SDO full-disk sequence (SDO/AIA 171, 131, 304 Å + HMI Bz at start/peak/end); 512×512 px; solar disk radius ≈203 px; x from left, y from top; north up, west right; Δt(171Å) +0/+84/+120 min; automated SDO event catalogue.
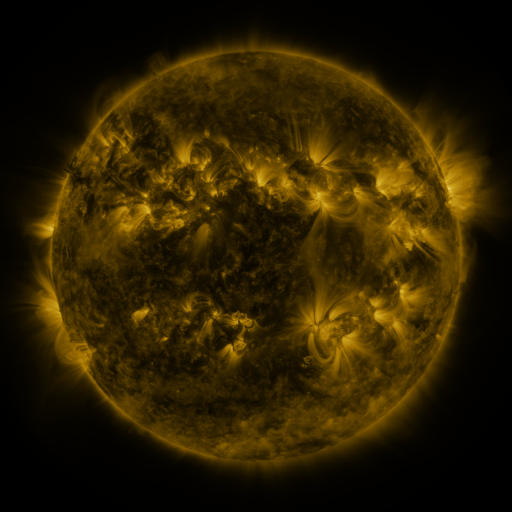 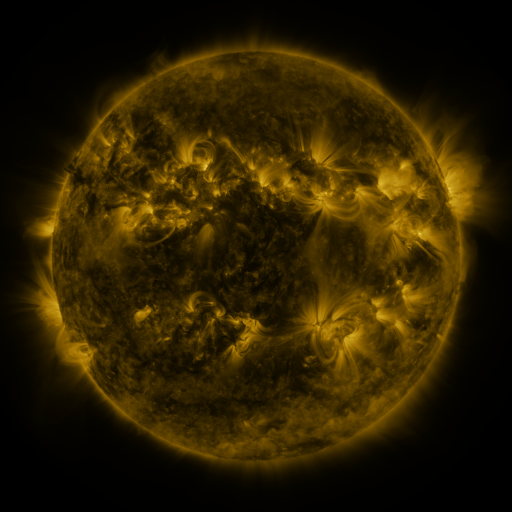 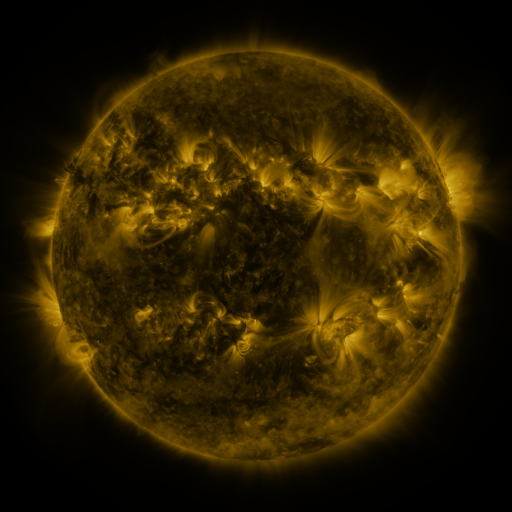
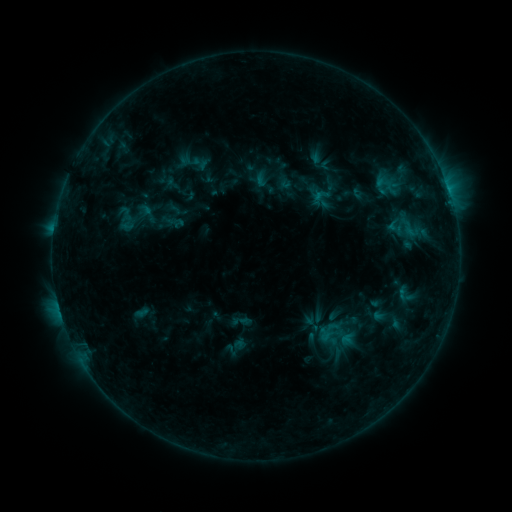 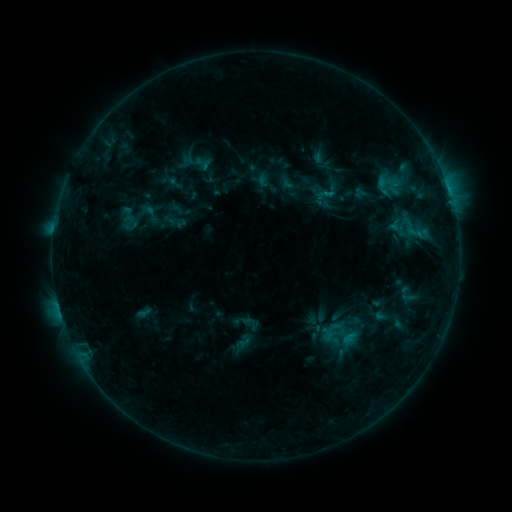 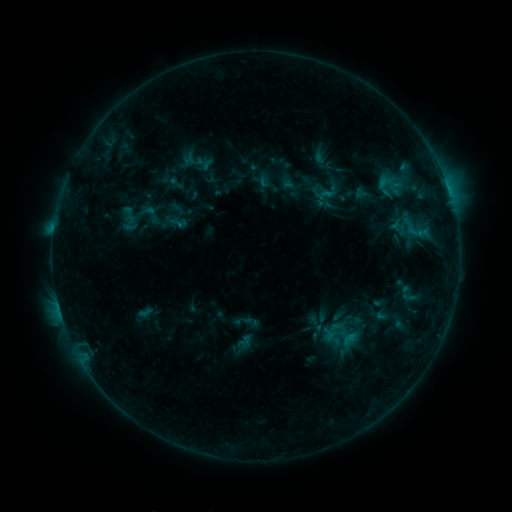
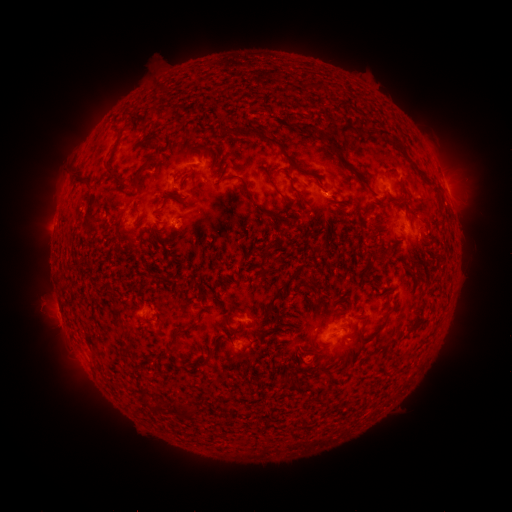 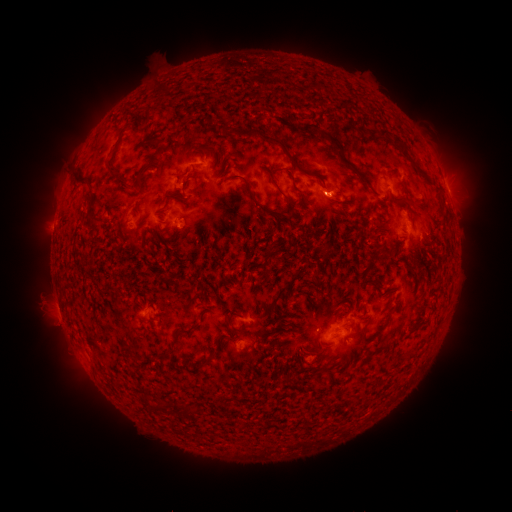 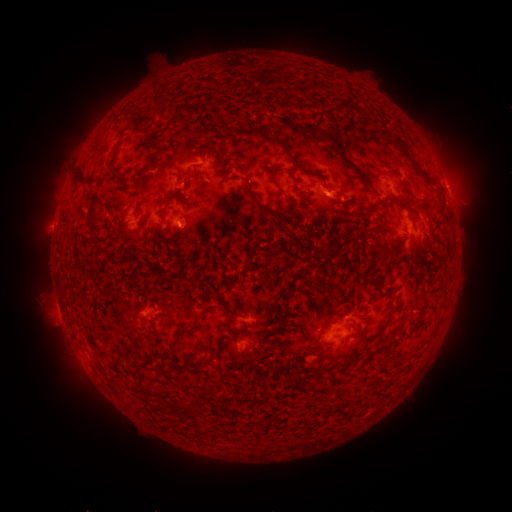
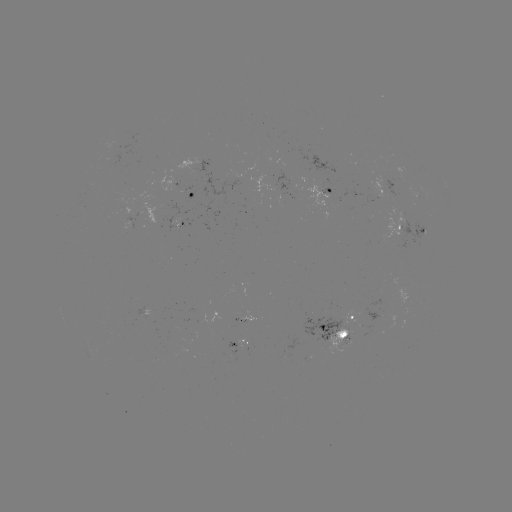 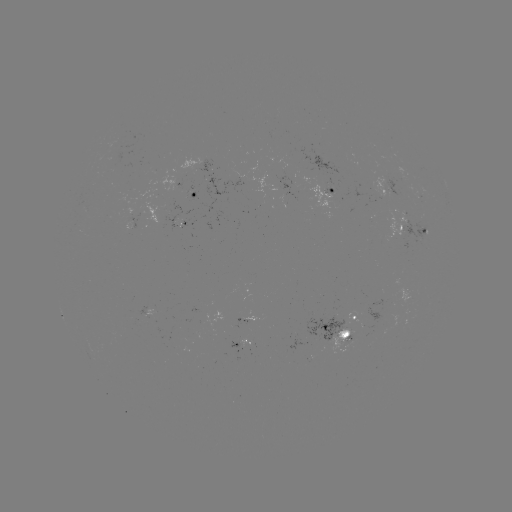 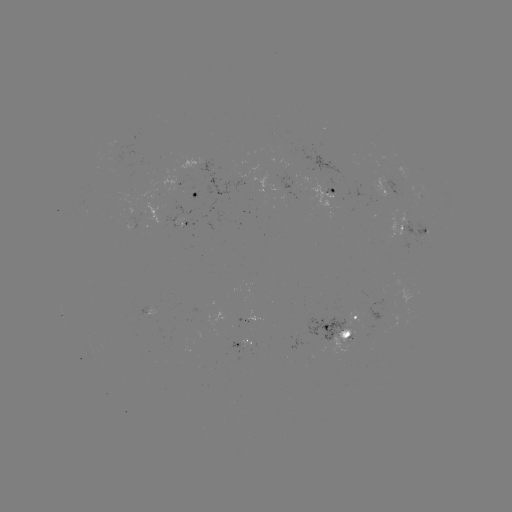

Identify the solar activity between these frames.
emerging-flux region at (143, 314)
